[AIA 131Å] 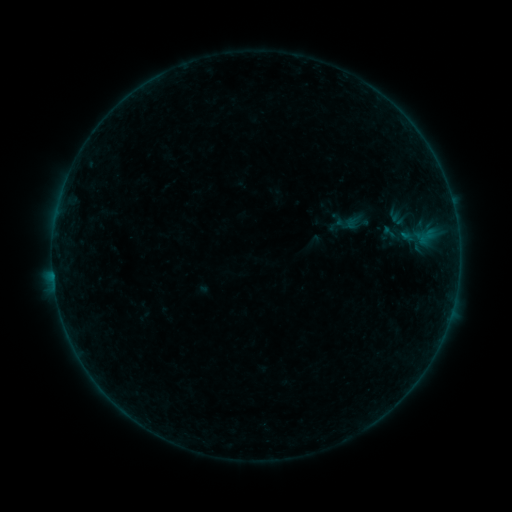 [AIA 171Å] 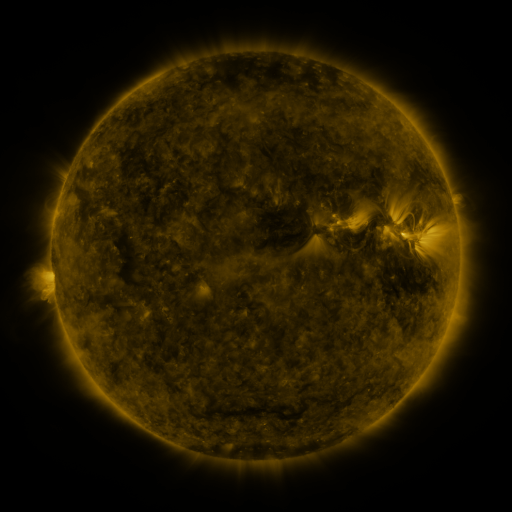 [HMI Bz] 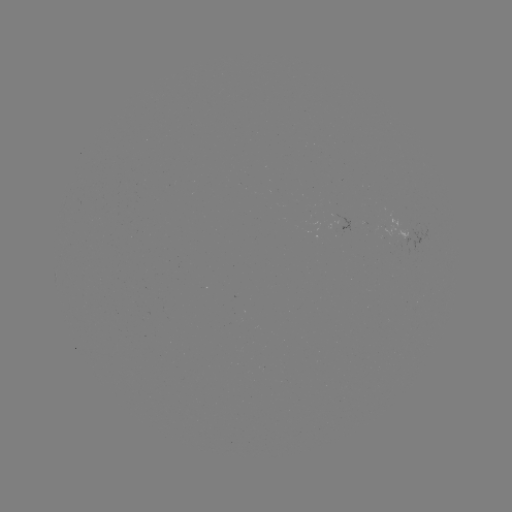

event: sigmoid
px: (346, 223)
